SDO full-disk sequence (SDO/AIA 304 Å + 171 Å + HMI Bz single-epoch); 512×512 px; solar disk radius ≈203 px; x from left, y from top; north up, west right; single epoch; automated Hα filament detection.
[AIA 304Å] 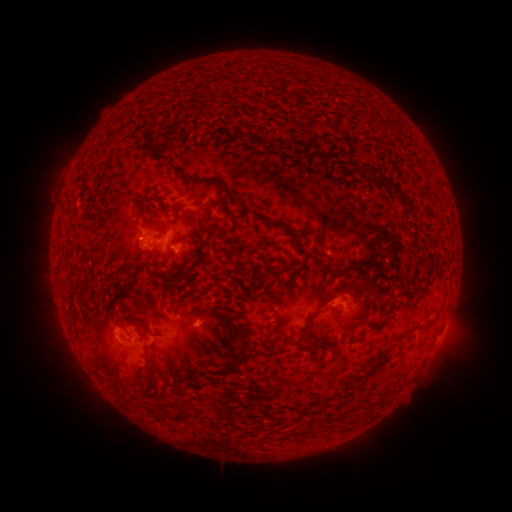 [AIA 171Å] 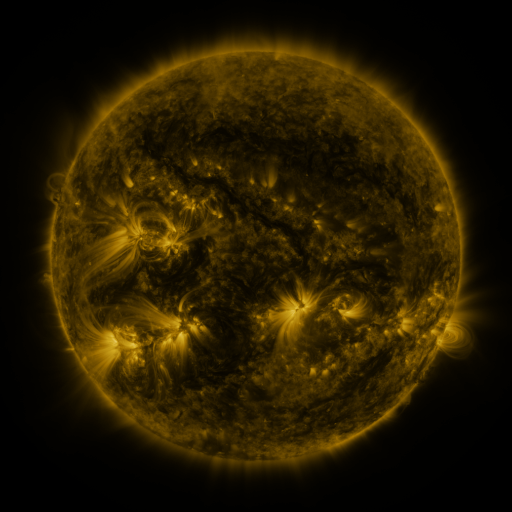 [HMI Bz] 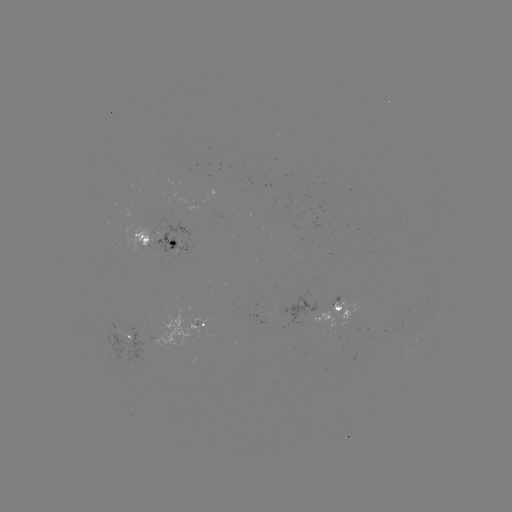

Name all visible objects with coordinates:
filament: (301, 131, 332, 160)
filament: (149, 147, 203, 183)
filament: (367, 167, 376, 176)
filament: (379, 176, 405, 202)
filament: (174, 208, 181, 218)
filament: (404, 209, 413, 218)
filament: (341, 265, 351, 276)
filament: (350, 266, 383, 301)
filament: (334, 282, 356, 293)
filament: (266, 294, 275, 304)
filament: (333, 306, 342, 313)
filament: (214, 312, 245, 341)
filament: (366, 320, 385, 333)
filament: (300, 321, 311, 345)
filament: (234, 346, 248, 367)
filament: (171, 400, 188, 421)
